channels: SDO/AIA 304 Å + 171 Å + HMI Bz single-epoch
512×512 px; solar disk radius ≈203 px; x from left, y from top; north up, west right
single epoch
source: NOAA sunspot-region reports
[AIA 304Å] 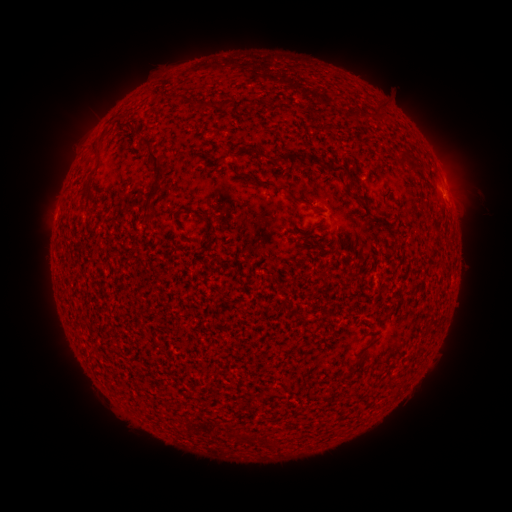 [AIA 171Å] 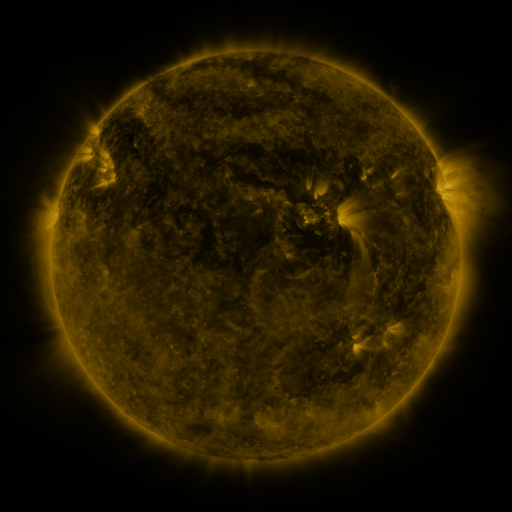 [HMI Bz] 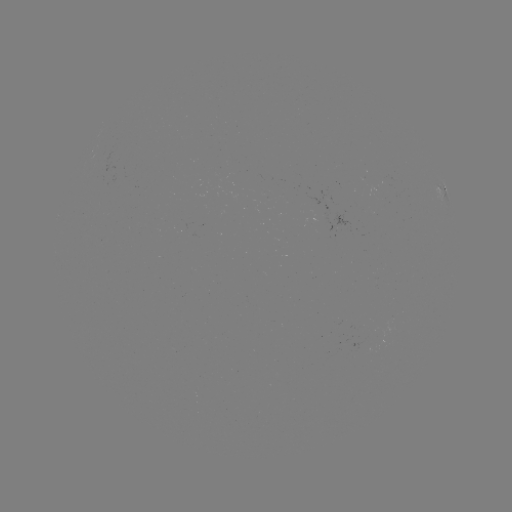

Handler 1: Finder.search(spotted active region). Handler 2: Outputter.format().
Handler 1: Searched spotted active region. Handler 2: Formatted [443, 195].